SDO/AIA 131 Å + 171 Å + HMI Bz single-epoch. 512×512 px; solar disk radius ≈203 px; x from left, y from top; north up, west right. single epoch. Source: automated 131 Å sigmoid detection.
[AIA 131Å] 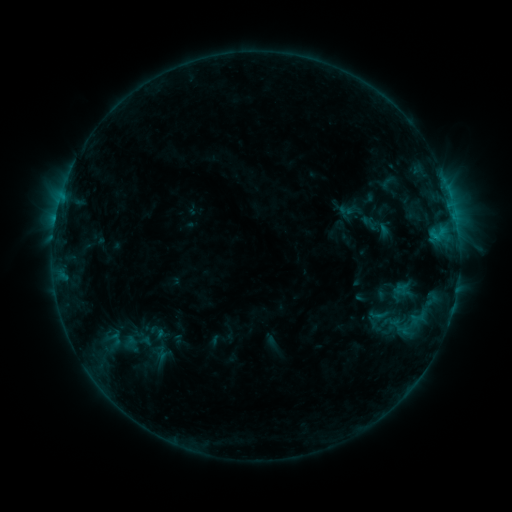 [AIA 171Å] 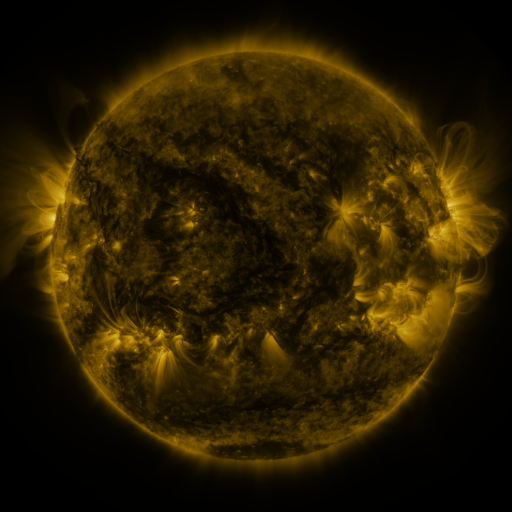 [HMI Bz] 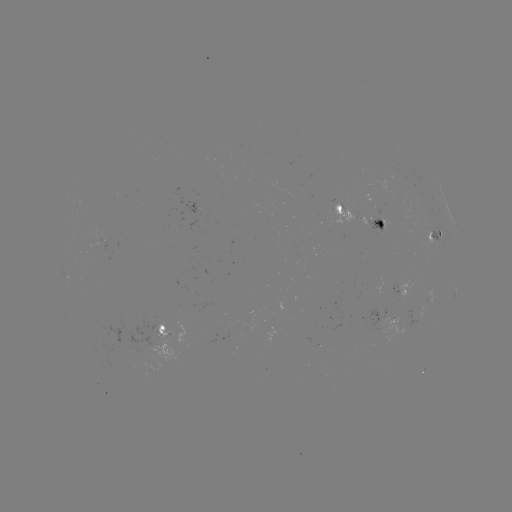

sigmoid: <bbox>383, 312, 400, 330</bbox>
